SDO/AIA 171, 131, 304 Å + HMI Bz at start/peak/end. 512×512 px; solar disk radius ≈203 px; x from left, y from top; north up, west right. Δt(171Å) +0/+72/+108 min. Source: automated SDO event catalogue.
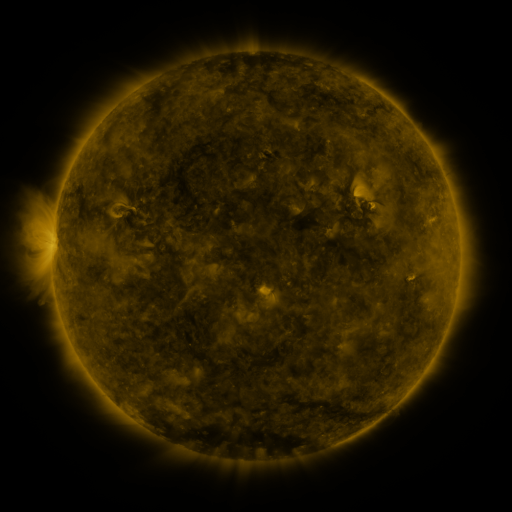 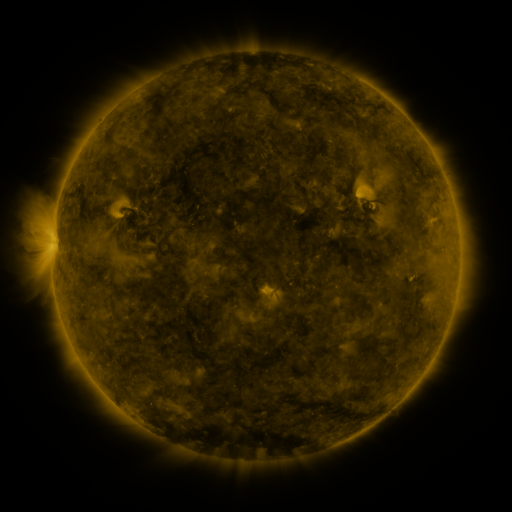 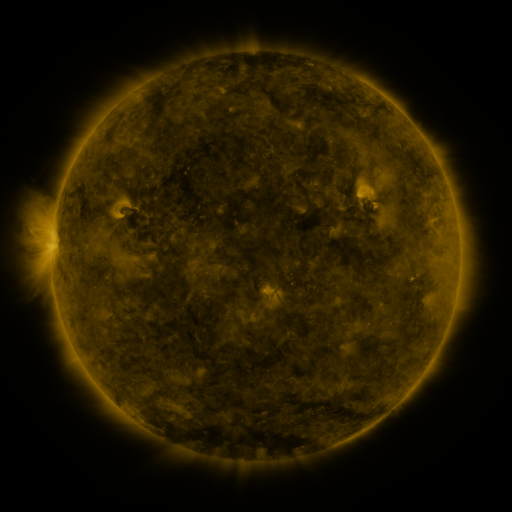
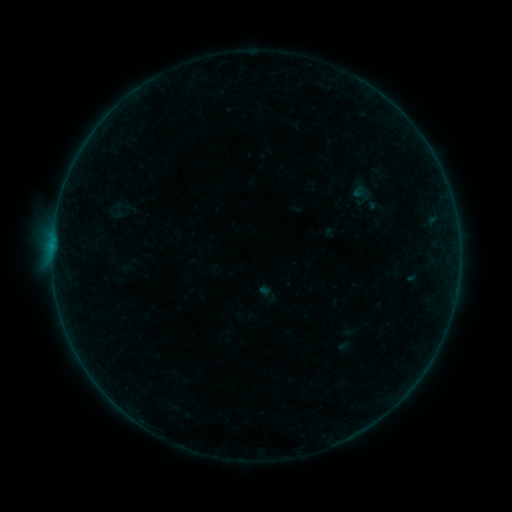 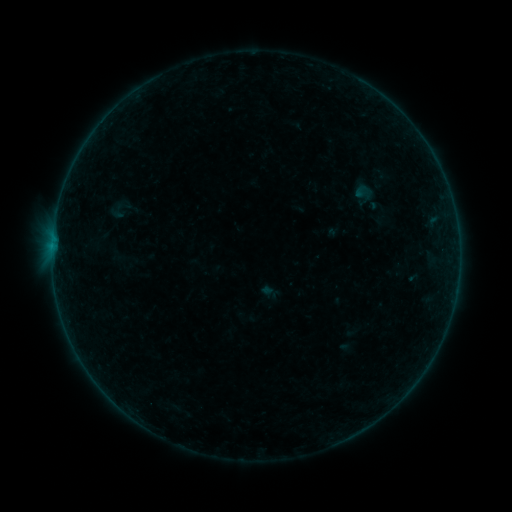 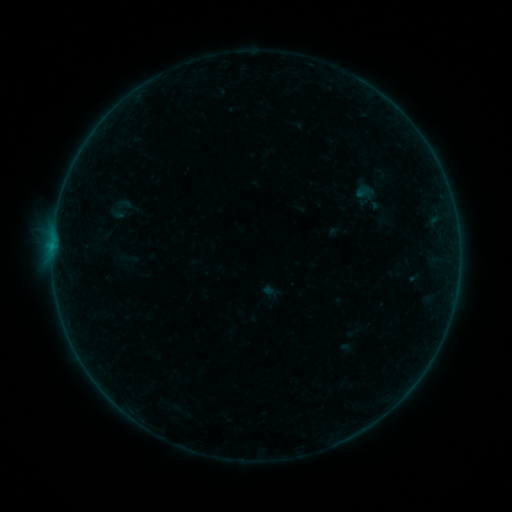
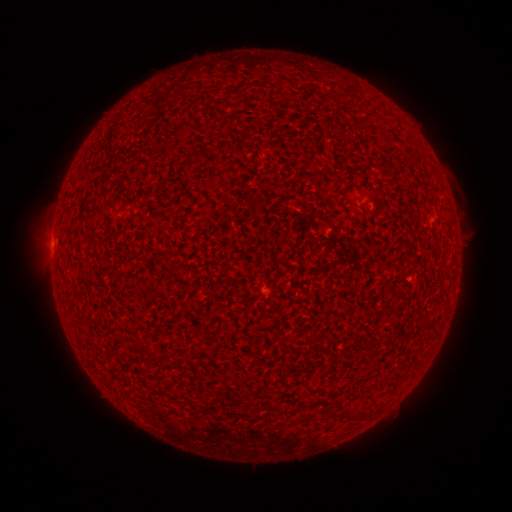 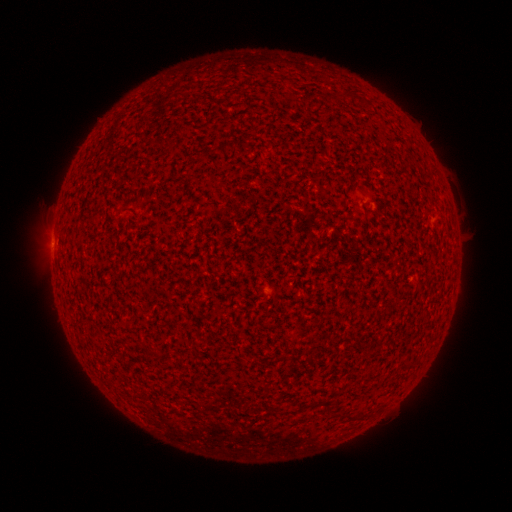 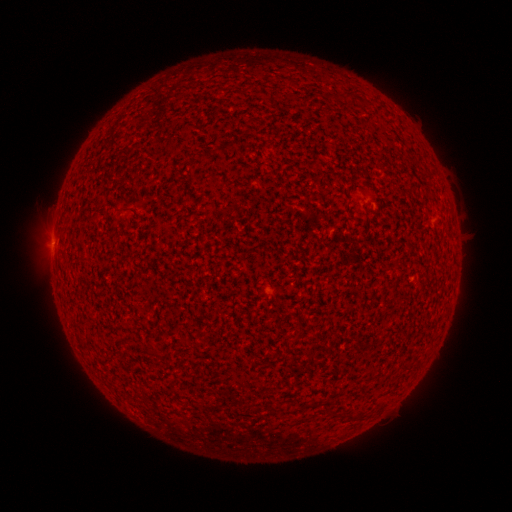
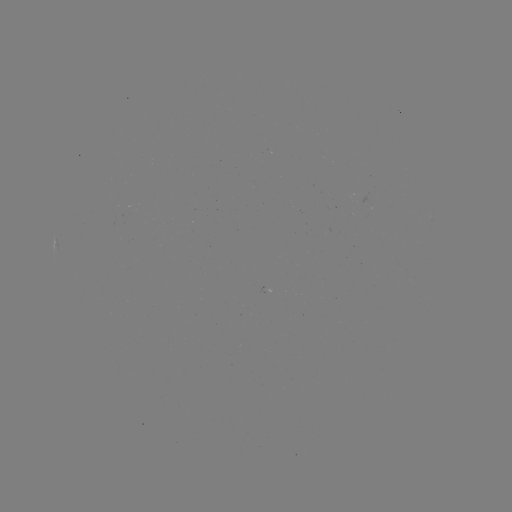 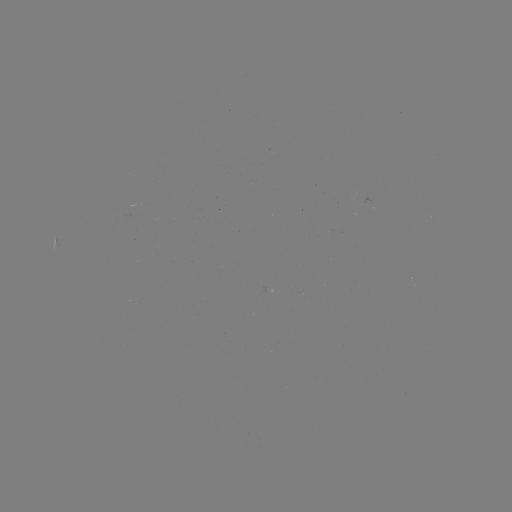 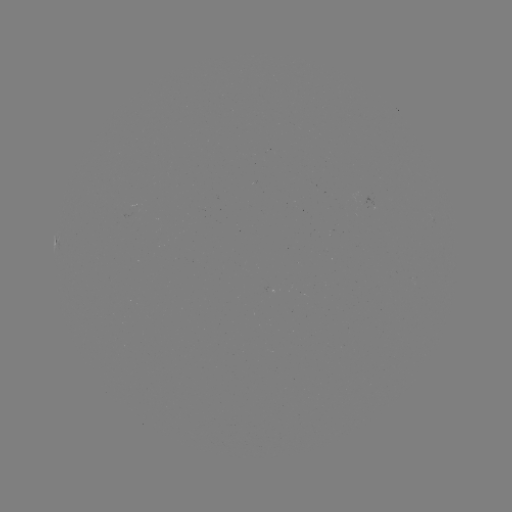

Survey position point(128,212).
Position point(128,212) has emerging-flux region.